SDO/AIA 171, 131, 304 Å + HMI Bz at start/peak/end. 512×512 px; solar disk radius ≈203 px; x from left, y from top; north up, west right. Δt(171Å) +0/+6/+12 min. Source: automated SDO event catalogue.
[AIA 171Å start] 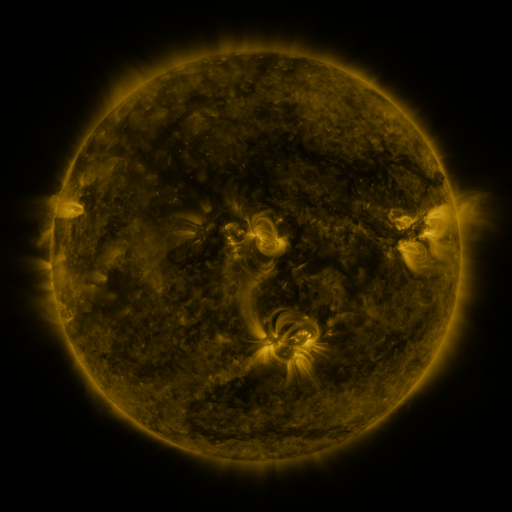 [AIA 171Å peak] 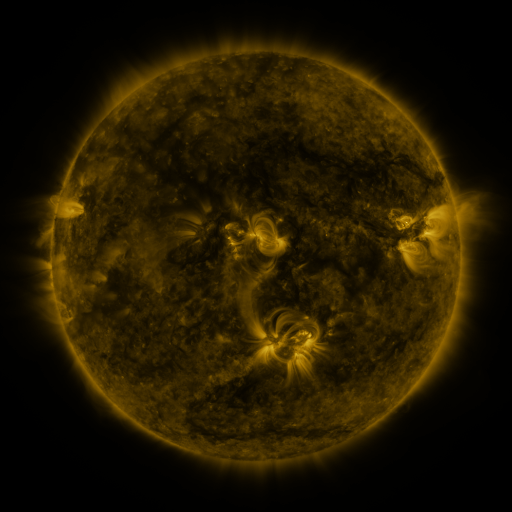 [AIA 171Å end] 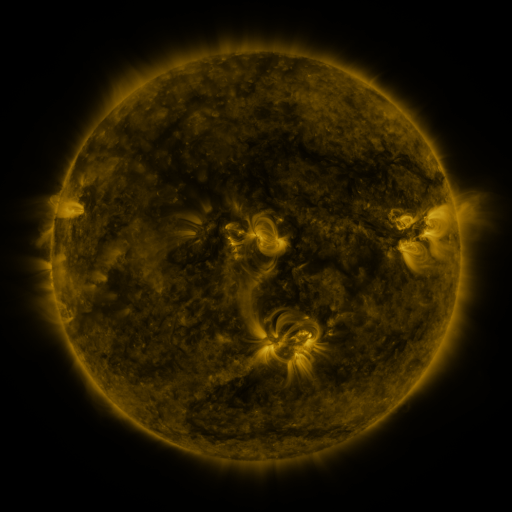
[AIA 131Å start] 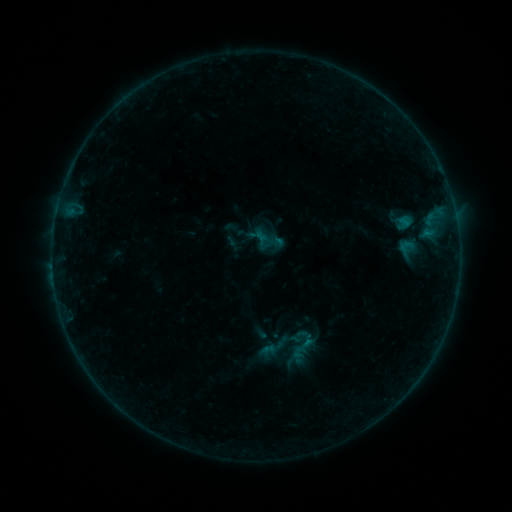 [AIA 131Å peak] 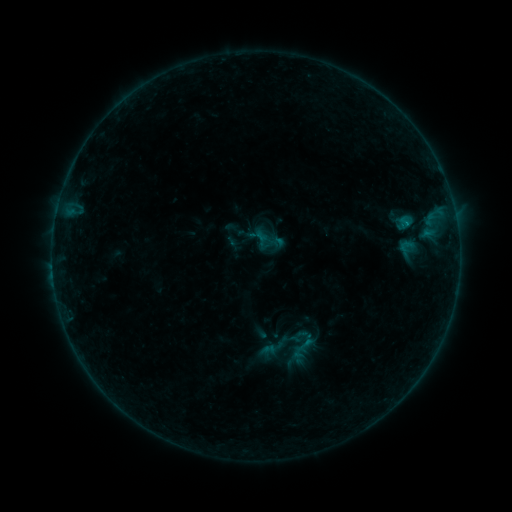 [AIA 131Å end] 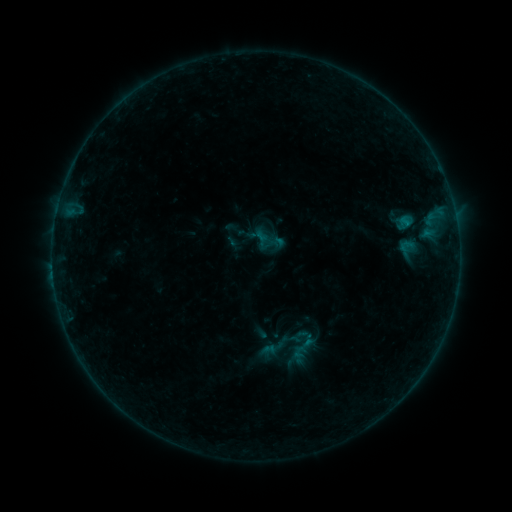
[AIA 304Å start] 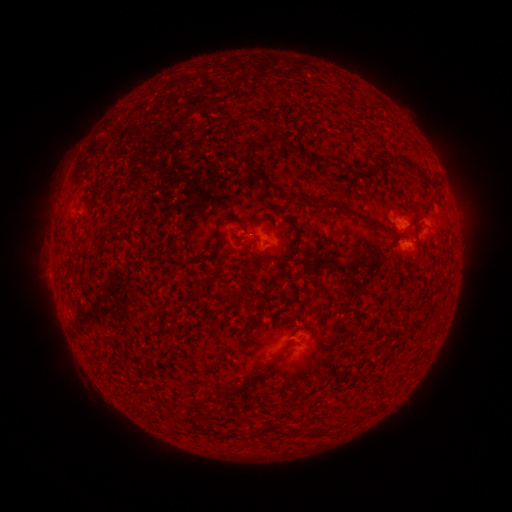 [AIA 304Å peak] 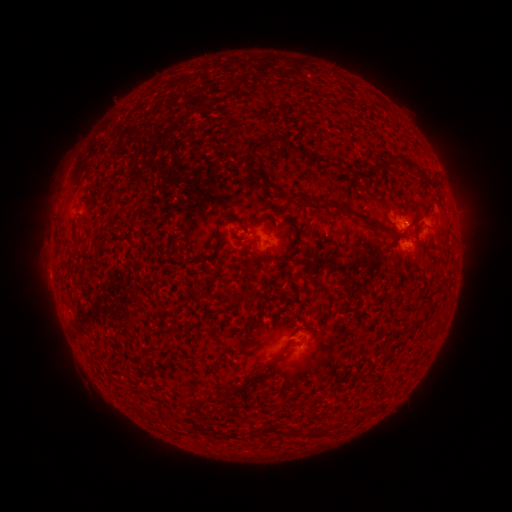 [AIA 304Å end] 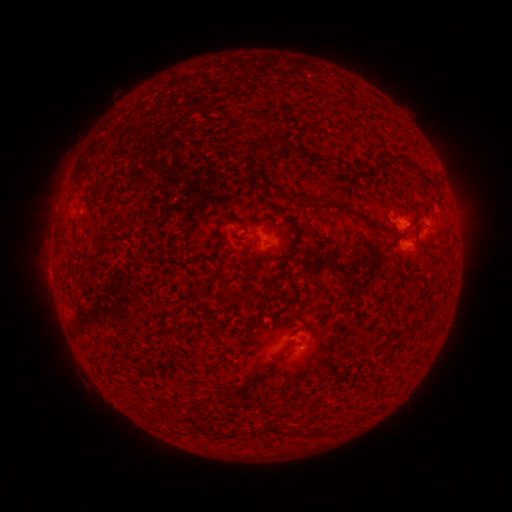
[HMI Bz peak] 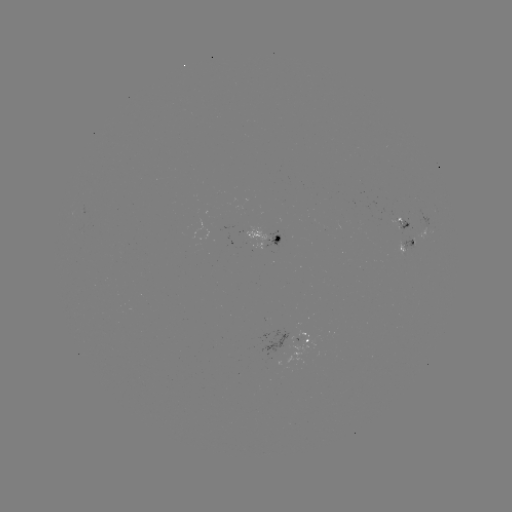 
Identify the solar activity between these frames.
B2.6 flare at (405, 226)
